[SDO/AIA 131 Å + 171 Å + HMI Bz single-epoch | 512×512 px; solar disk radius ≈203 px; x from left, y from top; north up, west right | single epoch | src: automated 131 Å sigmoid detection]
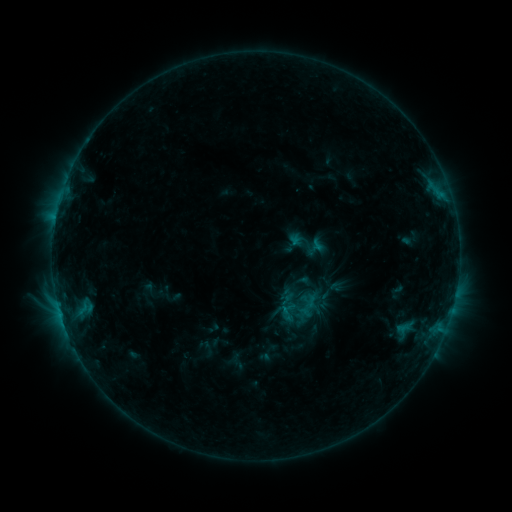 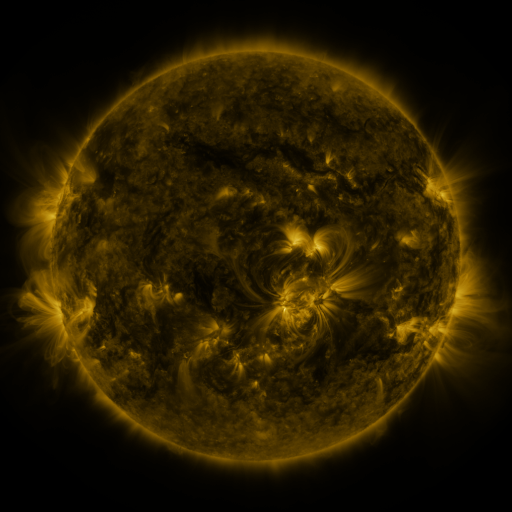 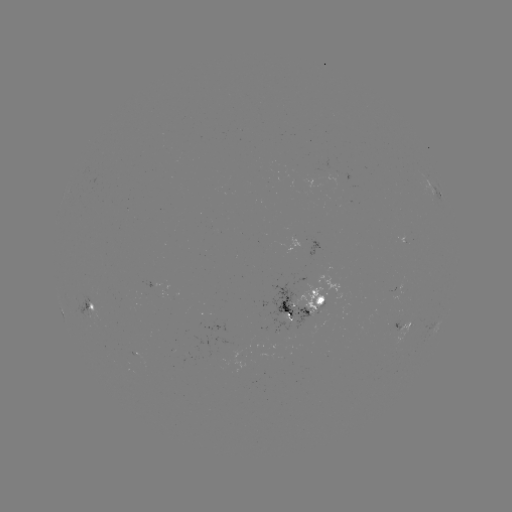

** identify sigmoid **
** [301, 293] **